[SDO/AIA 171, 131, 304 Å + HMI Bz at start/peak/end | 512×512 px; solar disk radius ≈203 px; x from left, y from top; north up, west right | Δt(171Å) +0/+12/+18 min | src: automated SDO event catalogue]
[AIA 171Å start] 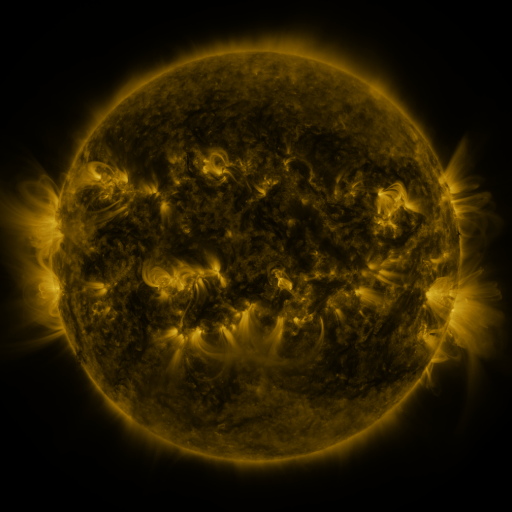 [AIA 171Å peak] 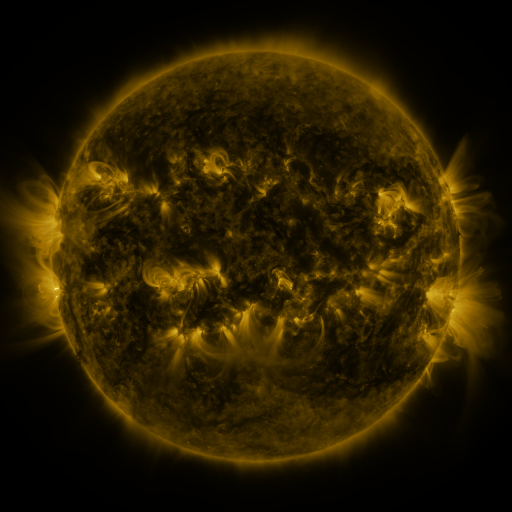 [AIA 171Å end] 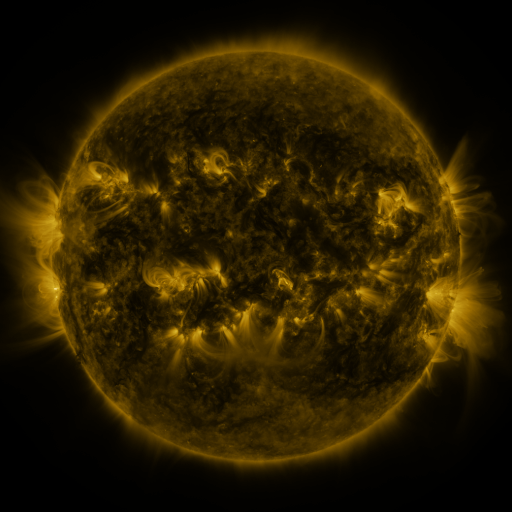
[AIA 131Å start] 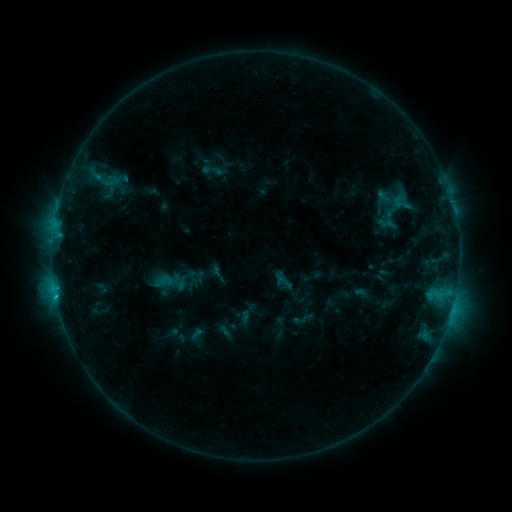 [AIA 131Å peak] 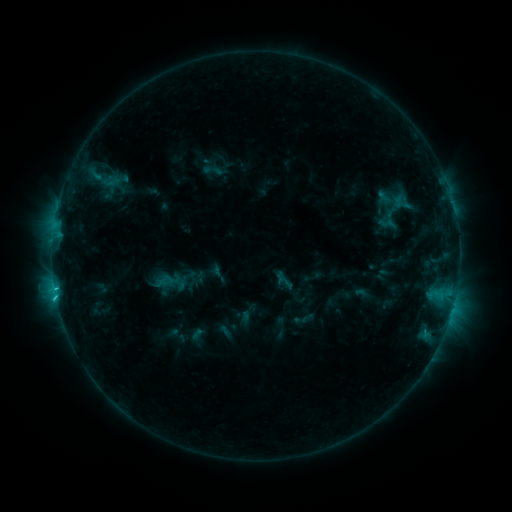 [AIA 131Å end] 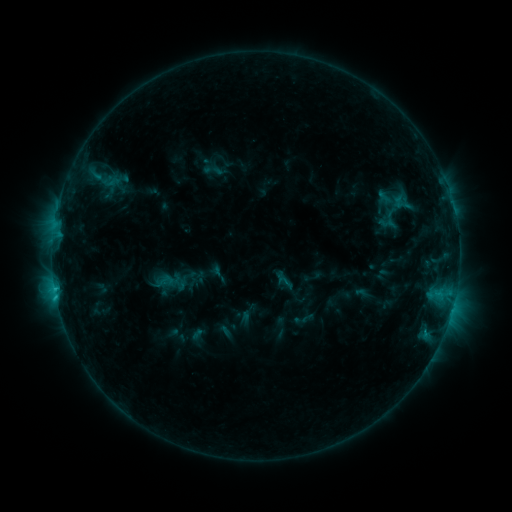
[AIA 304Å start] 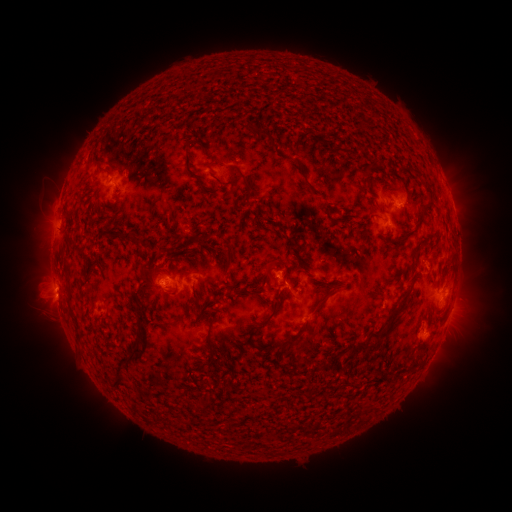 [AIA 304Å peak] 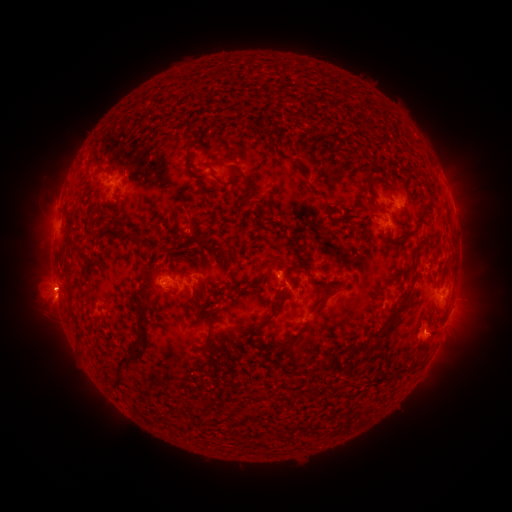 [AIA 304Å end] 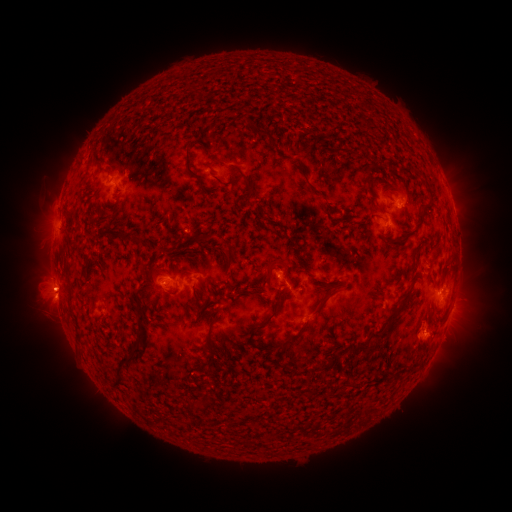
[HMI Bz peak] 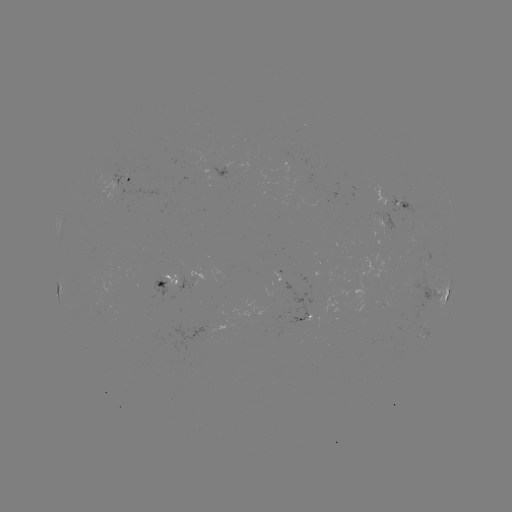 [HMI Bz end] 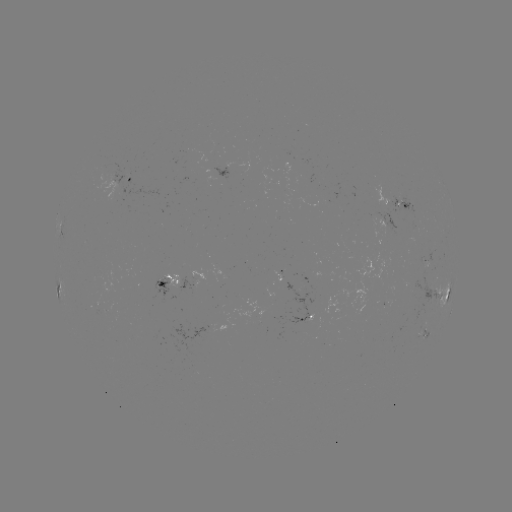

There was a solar flare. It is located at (56, 293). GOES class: C1.5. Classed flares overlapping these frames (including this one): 1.